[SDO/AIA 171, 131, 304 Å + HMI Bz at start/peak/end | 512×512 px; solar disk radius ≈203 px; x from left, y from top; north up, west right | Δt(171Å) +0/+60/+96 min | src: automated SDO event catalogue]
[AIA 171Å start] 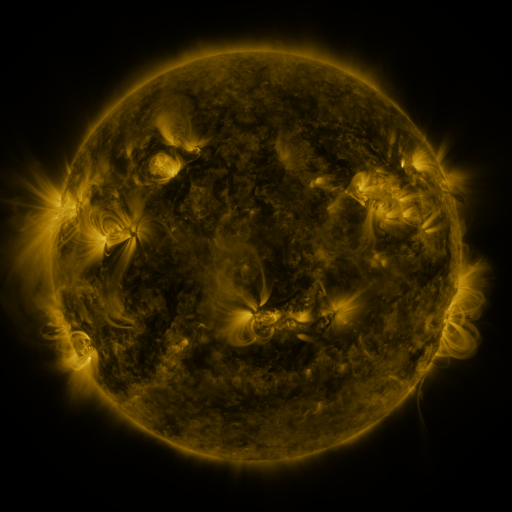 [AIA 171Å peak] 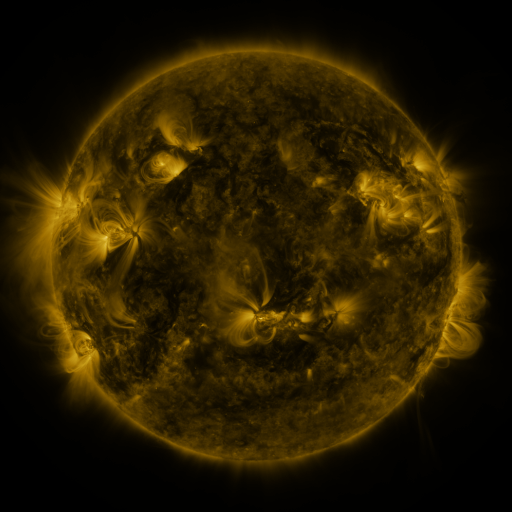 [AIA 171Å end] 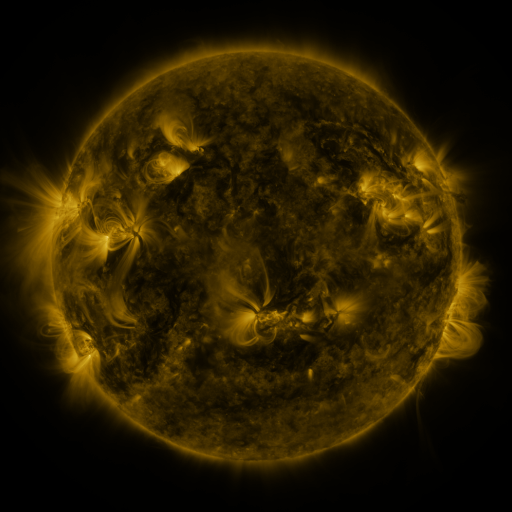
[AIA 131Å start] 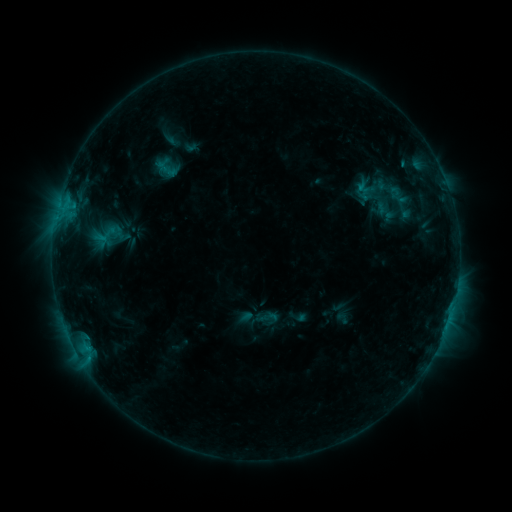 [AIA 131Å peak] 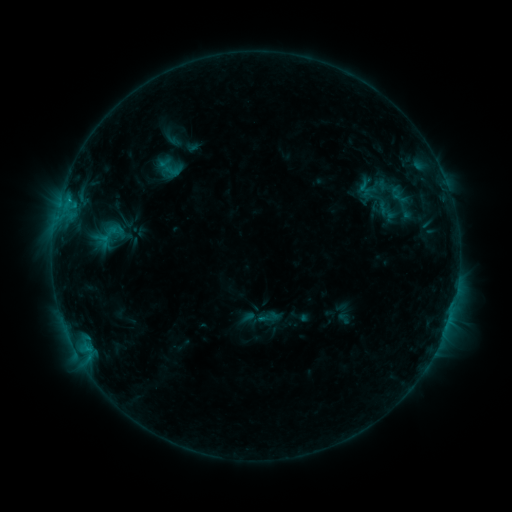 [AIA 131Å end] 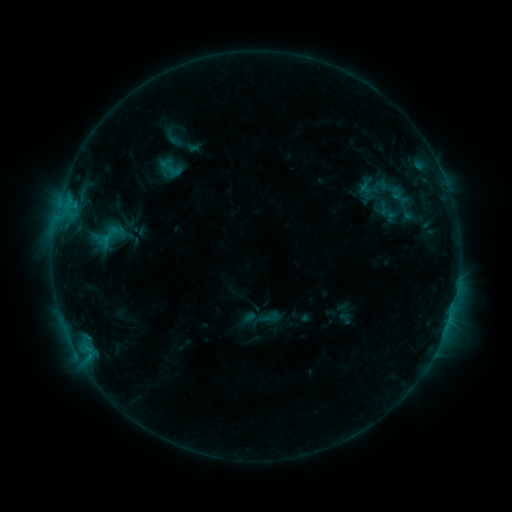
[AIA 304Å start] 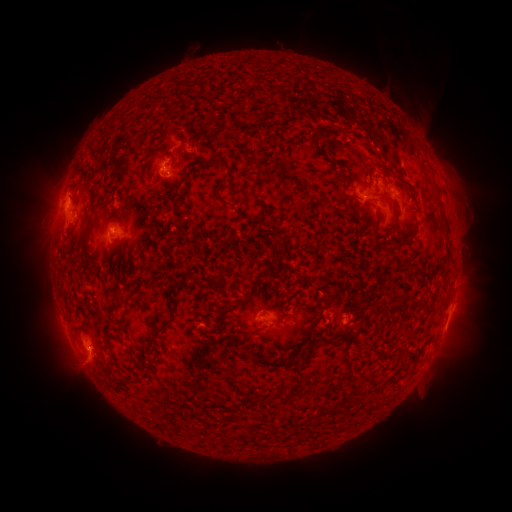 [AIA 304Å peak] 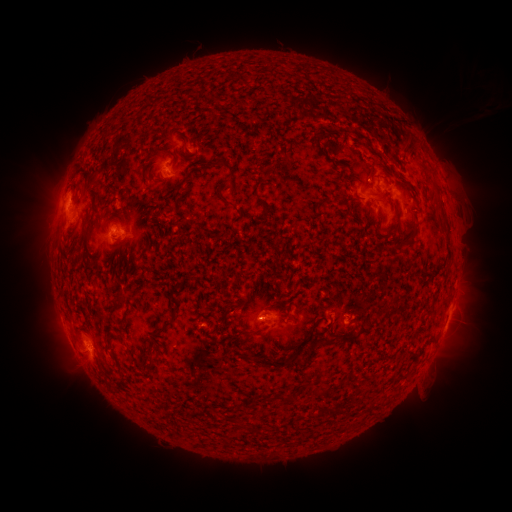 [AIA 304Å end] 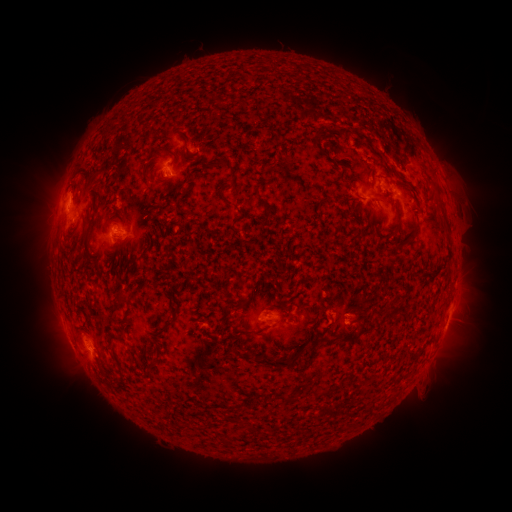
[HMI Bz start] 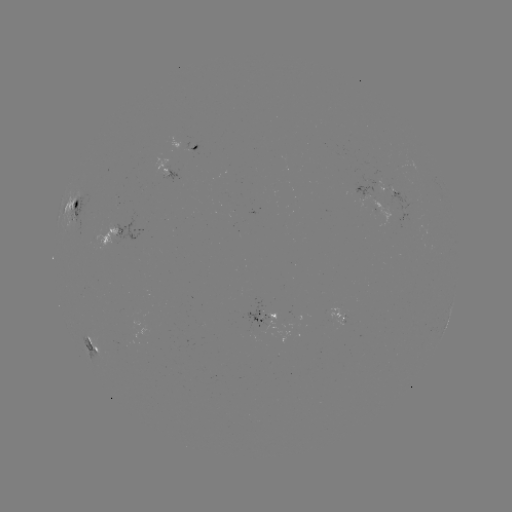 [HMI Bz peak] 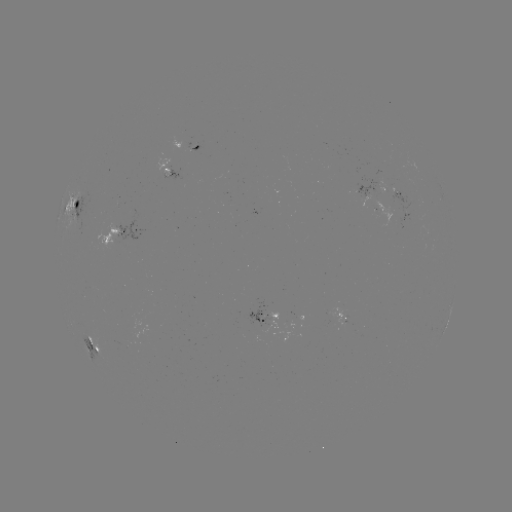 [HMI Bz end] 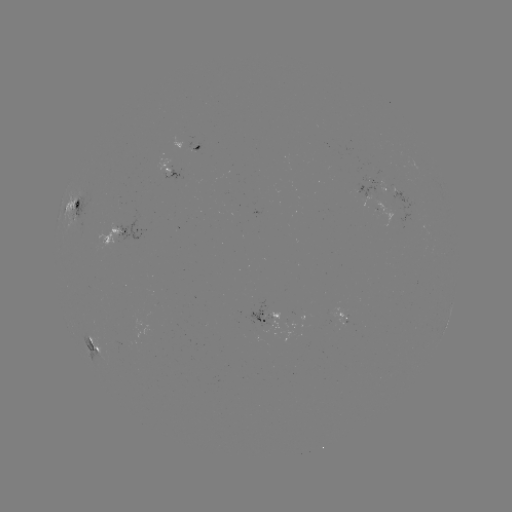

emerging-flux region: [246, 307, 270, 333]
